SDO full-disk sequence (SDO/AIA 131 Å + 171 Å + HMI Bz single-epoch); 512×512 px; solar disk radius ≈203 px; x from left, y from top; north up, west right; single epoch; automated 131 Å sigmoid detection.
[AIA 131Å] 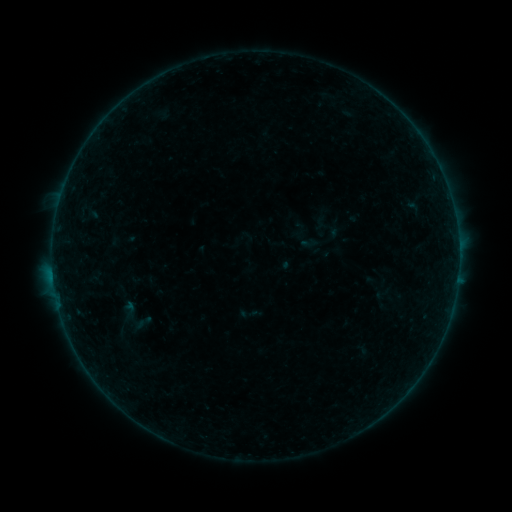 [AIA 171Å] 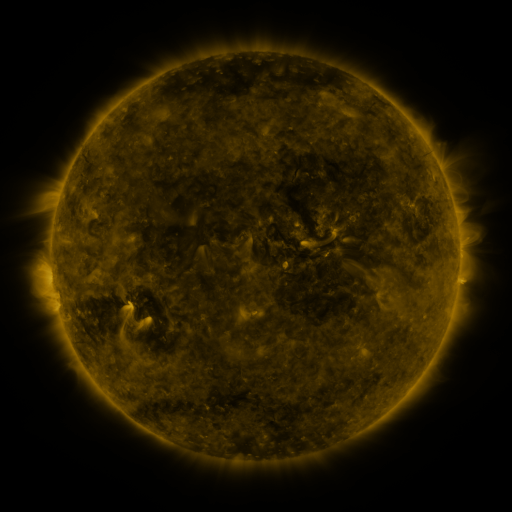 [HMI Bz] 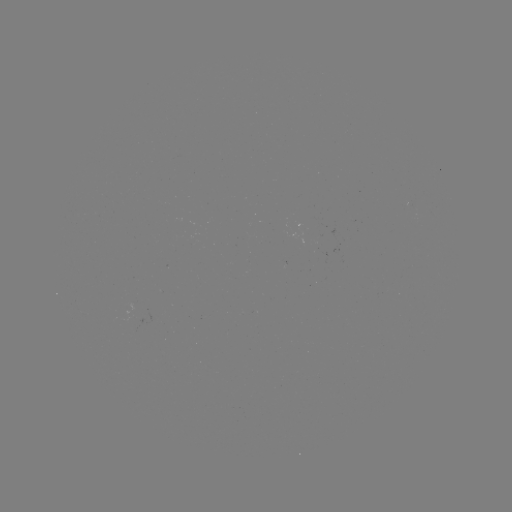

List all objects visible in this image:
sigmoid: (143, 322)
